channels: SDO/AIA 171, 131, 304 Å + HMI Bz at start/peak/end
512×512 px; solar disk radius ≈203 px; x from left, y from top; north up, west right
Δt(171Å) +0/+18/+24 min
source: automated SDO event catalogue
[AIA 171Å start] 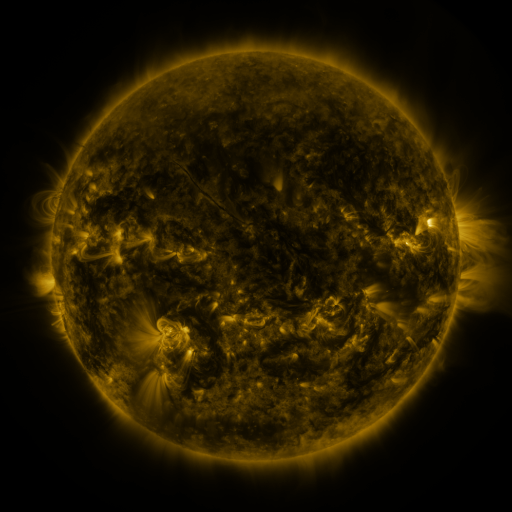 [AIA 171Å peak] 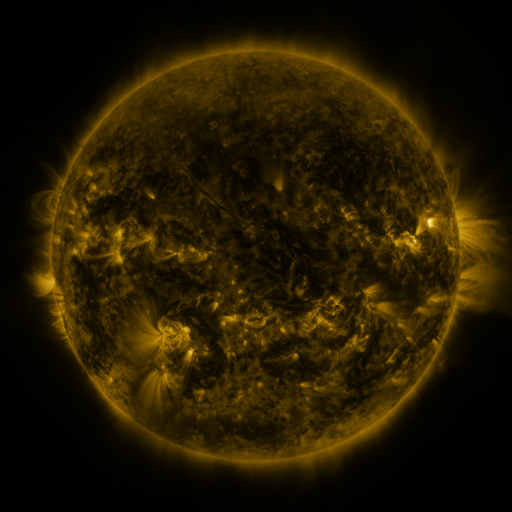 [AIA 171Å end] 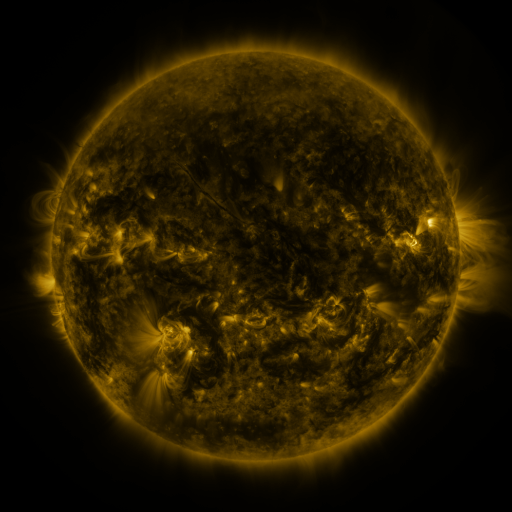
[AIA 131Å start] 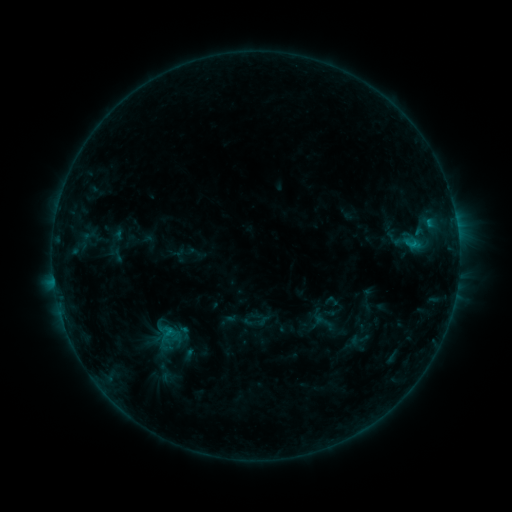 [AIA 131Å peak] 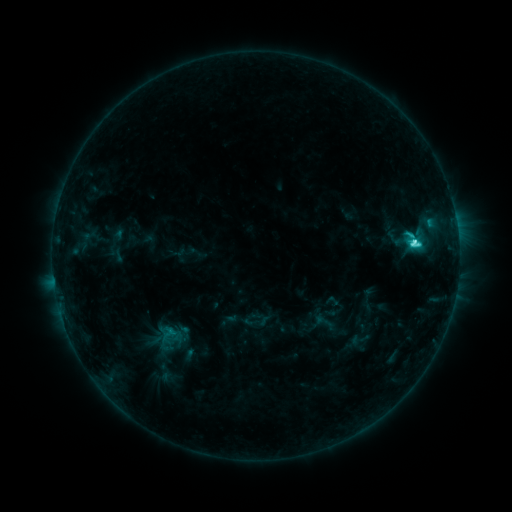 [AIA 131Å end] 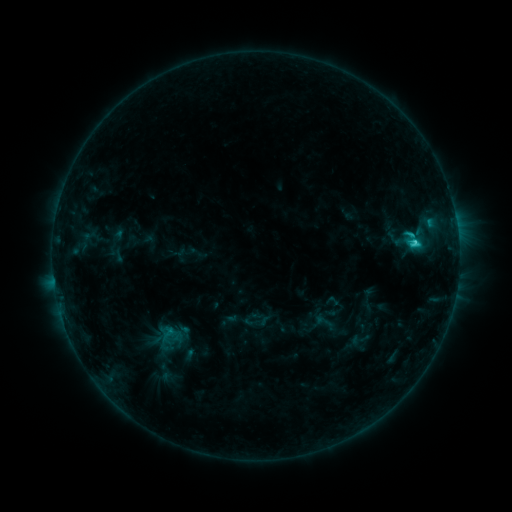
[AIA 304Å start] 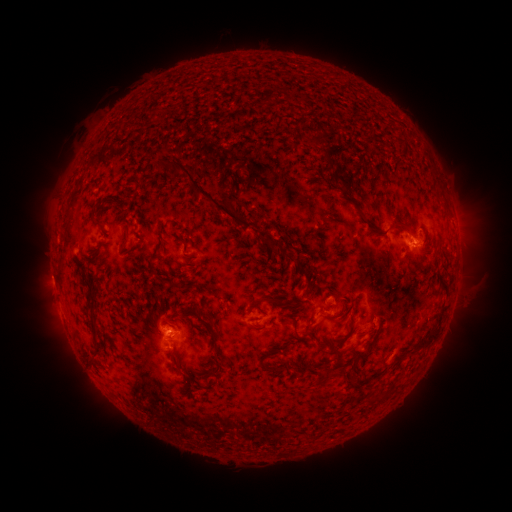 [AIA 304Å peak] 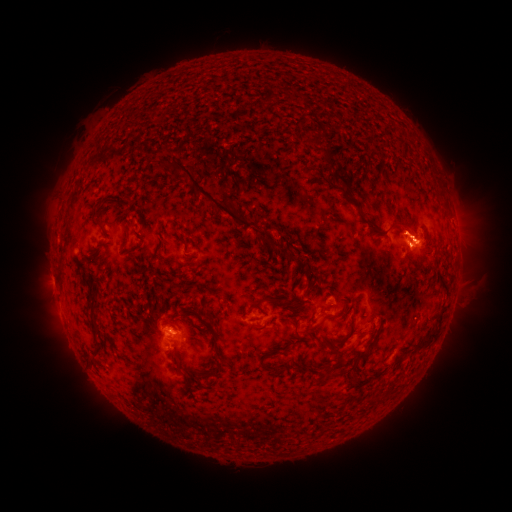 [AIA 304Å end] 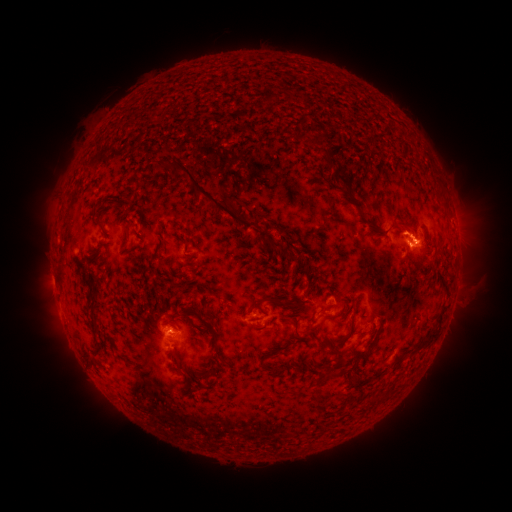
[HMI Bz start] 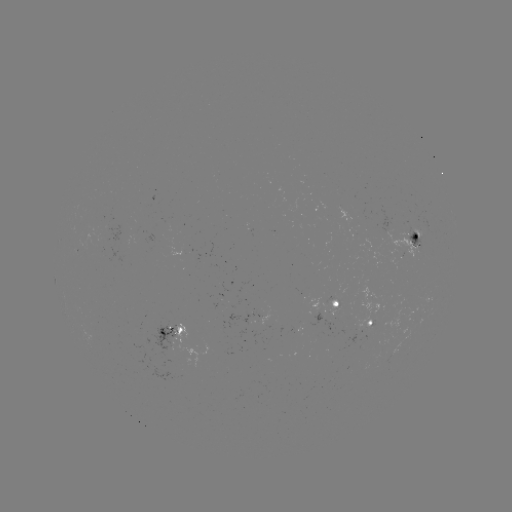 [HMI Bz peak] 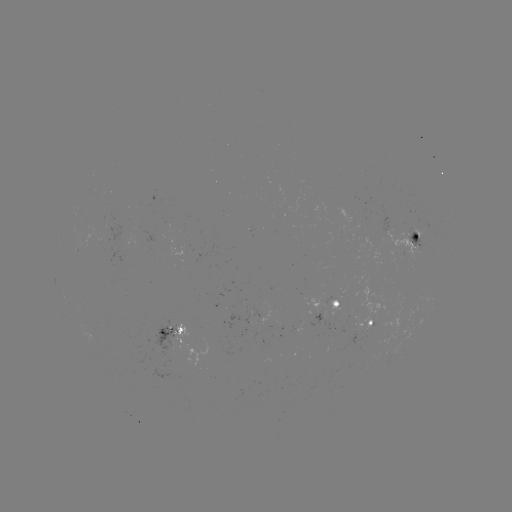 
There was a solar flare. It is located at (412, 243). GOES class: C3.4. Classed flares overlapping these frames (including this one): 1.